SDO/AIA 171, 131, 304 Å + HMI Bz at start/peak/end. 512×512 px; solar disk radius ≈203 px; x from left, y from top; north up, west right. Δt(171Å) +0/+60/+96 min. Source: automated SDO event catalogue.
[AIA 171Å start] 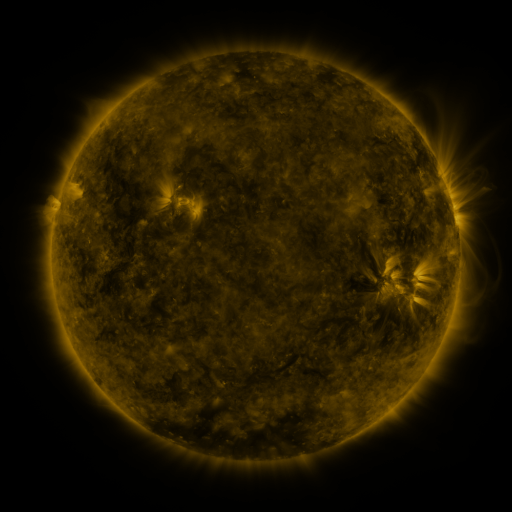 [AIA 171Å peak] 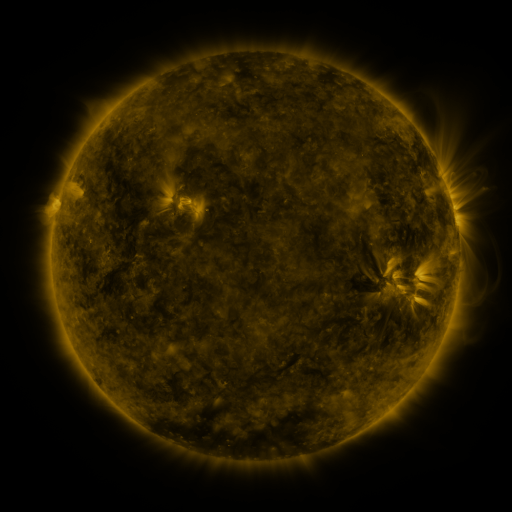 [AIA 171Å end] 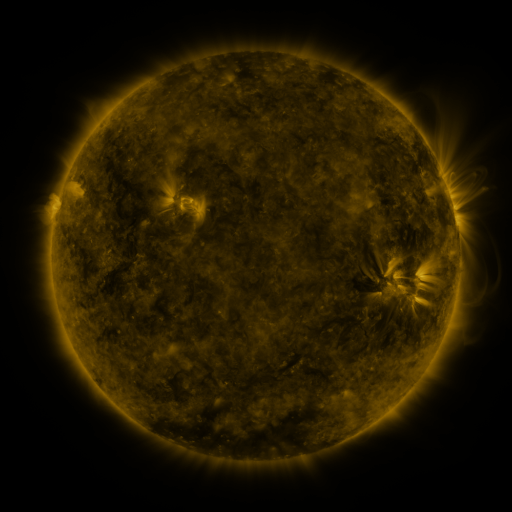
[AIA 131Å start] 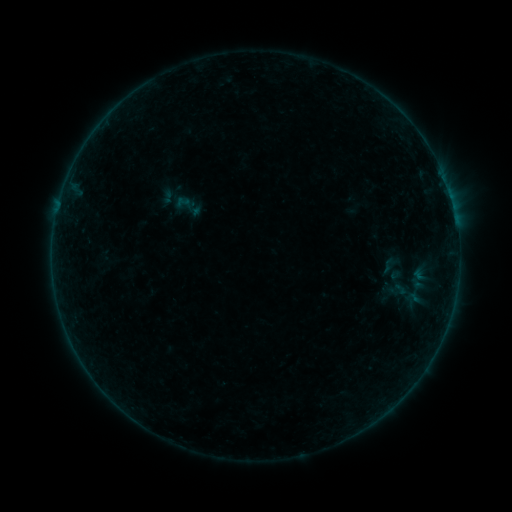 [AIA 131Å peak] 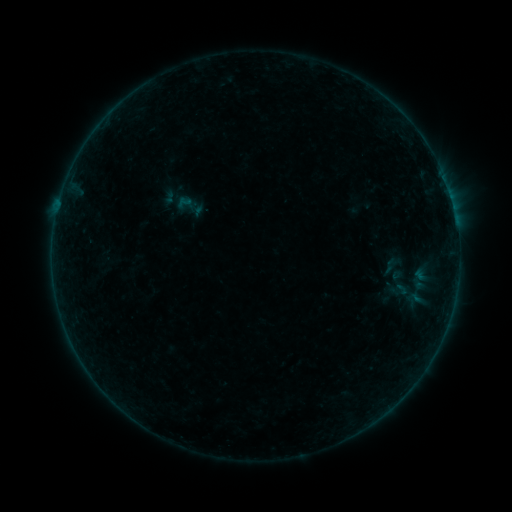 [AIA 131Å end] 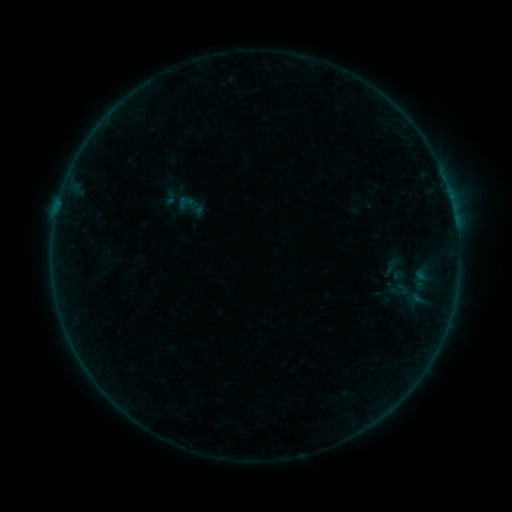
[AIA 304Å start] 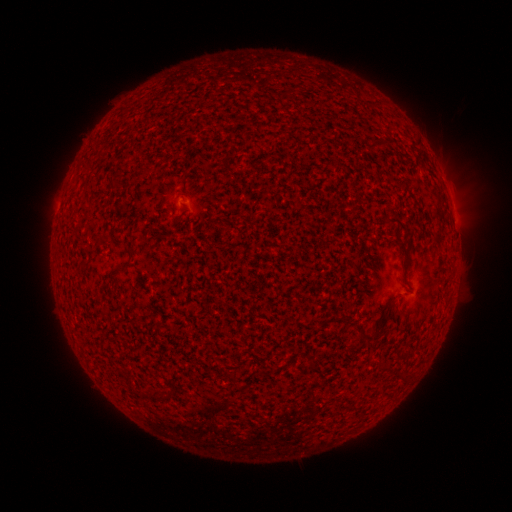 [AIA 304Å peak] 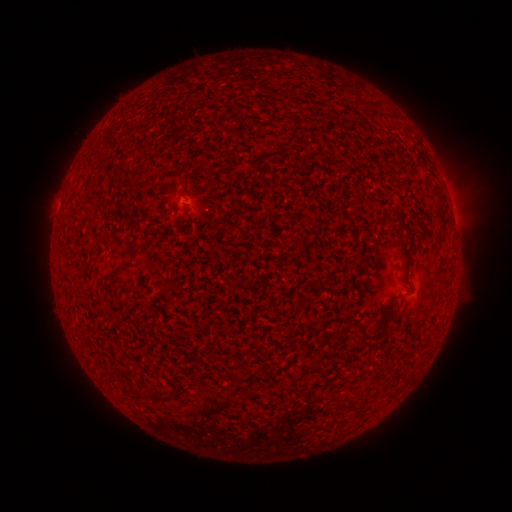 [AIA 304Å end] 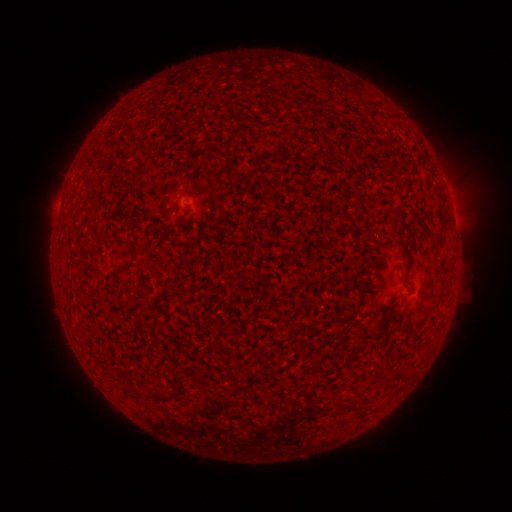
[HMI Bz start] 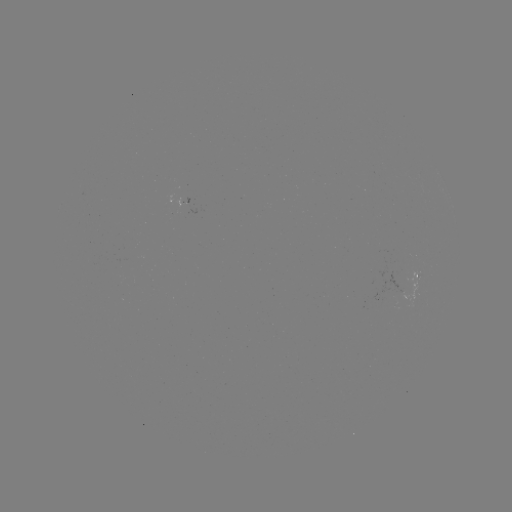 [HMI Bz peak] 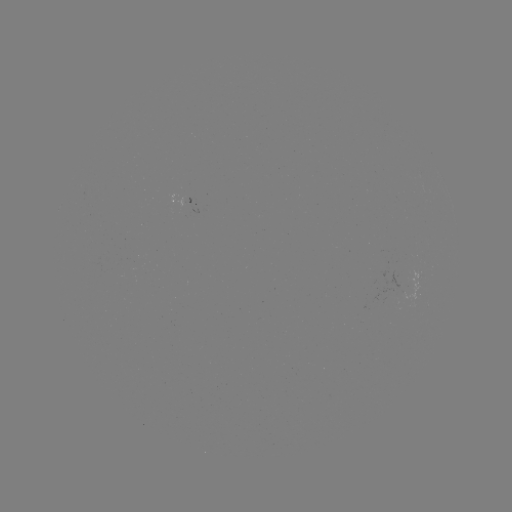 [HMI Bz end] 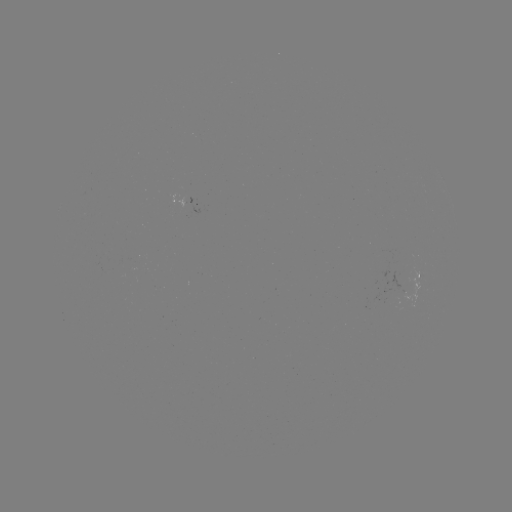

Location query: emerging-flux region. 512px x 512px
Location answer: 182,203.